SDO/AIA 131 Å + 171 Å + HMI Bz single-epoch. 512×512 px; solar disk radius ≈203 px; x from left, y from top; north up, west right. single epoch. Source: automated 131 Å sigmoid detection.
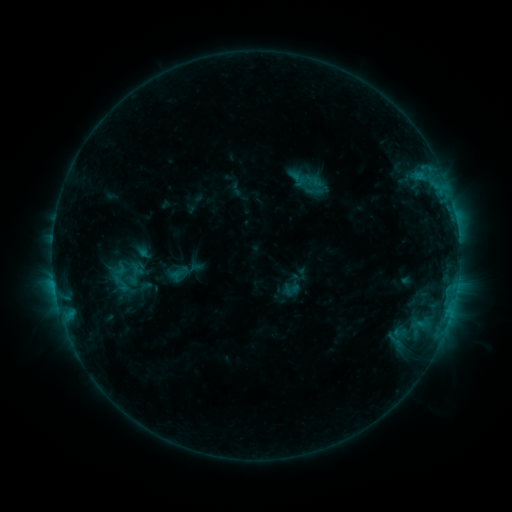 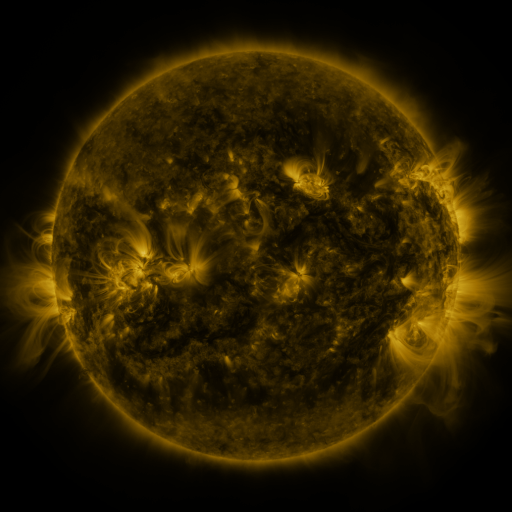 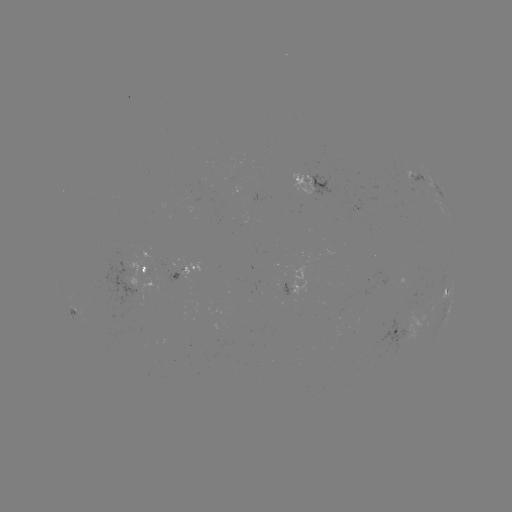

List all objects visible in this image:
sigmoid: (108, 273, 133, 292)
